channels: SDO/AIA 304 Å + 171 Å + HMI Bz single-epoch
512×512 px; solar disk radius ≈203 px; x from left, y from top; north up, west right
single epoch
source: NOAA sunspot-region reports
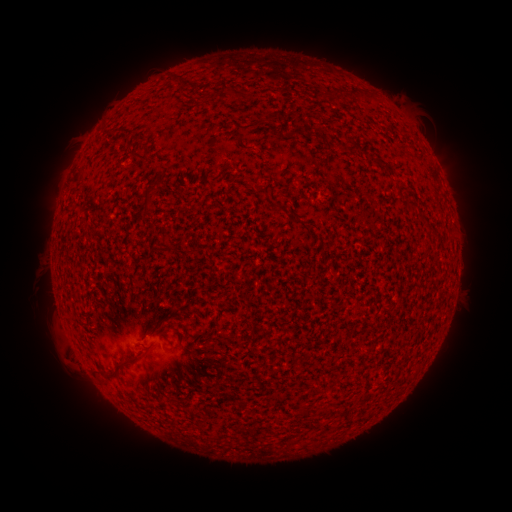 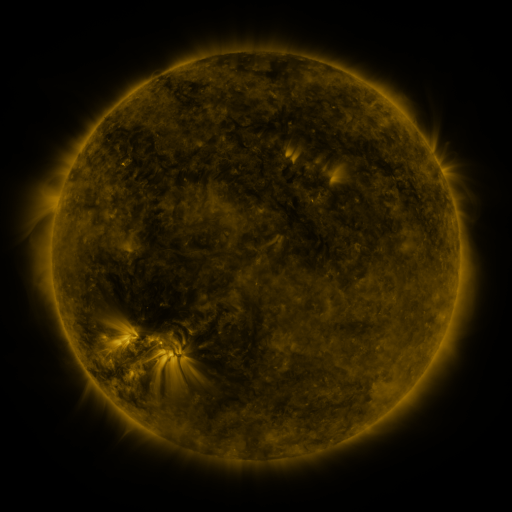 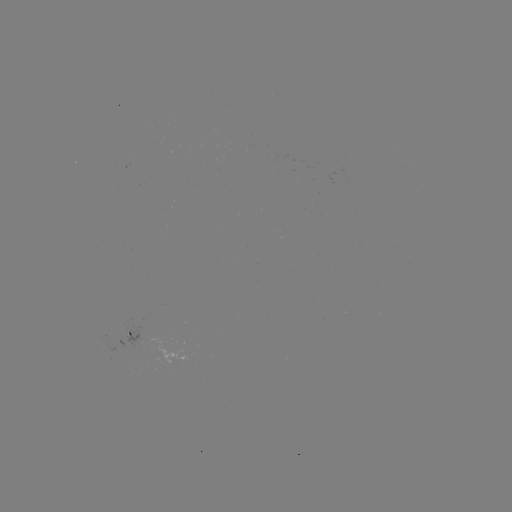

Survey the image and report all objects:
spotted active region: (132, 337)
